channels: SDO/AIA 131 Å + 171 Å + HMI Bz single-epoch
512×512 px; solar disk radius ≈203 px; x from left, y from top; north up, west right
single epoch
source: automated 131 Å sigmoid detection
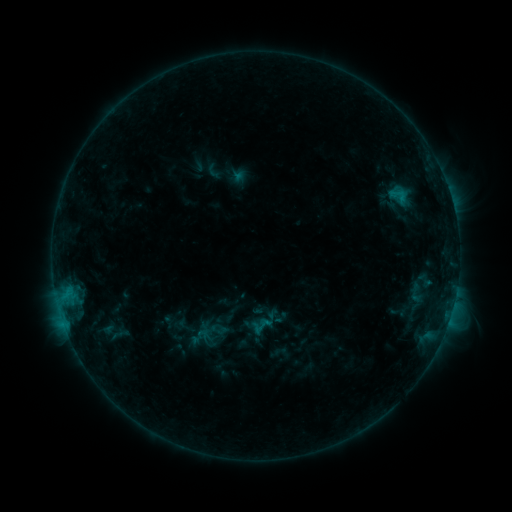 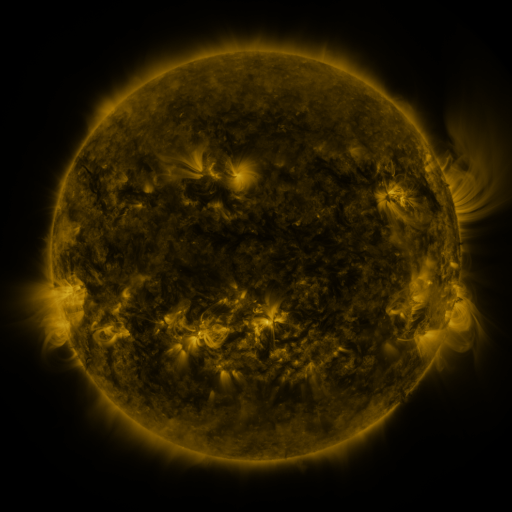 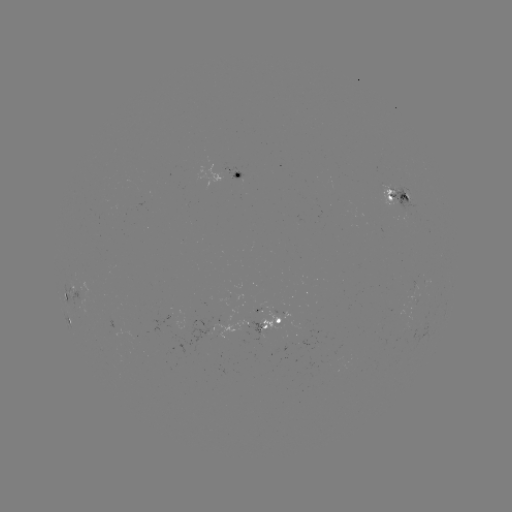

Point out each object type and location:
sigmoid: [253, 315, 273, 335]
